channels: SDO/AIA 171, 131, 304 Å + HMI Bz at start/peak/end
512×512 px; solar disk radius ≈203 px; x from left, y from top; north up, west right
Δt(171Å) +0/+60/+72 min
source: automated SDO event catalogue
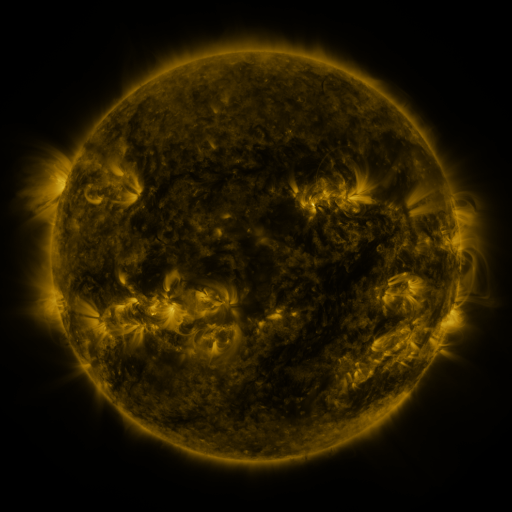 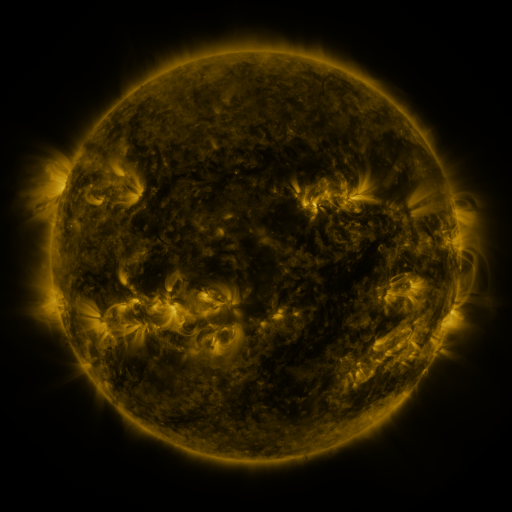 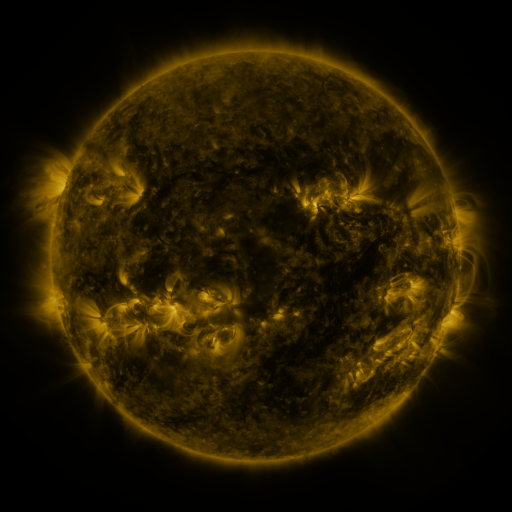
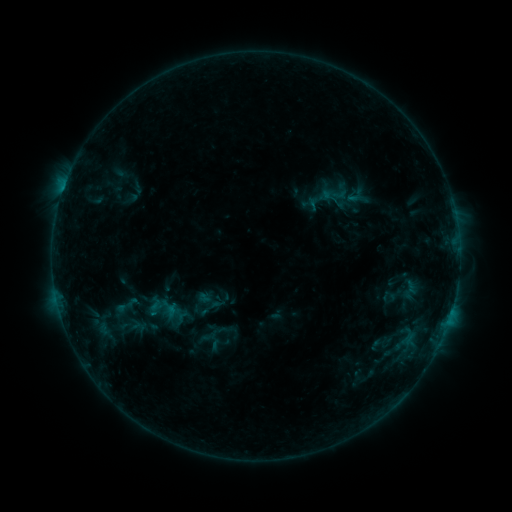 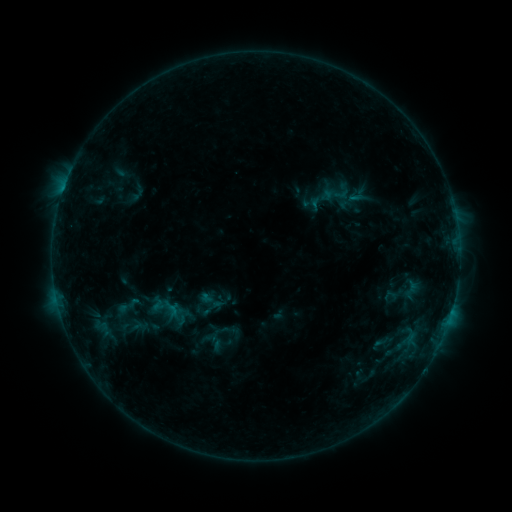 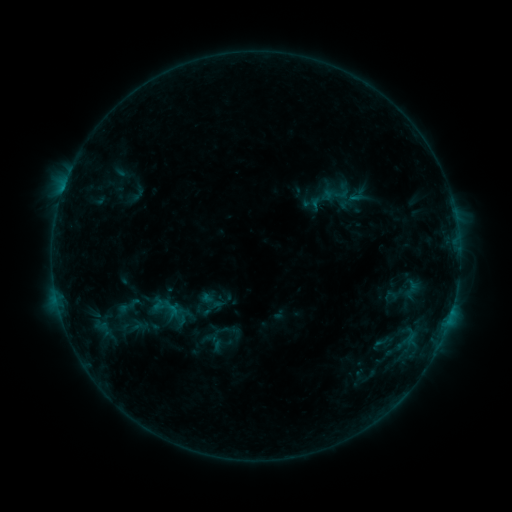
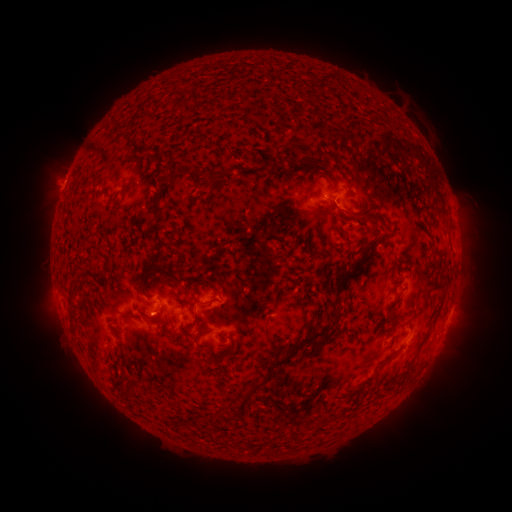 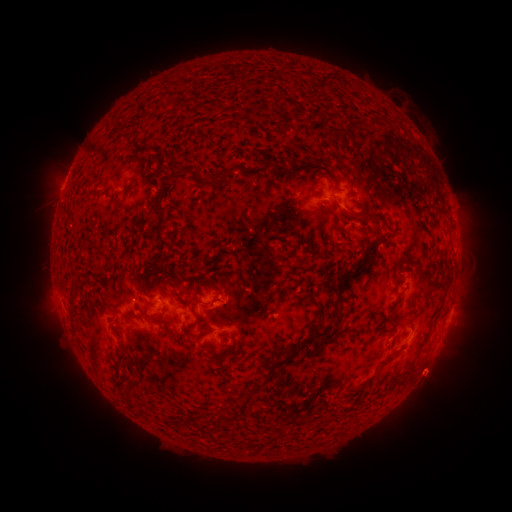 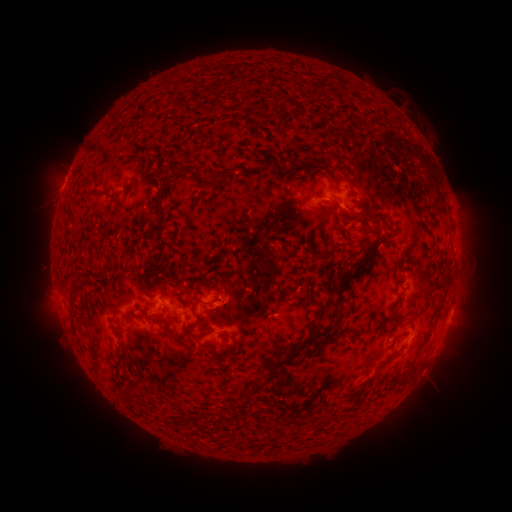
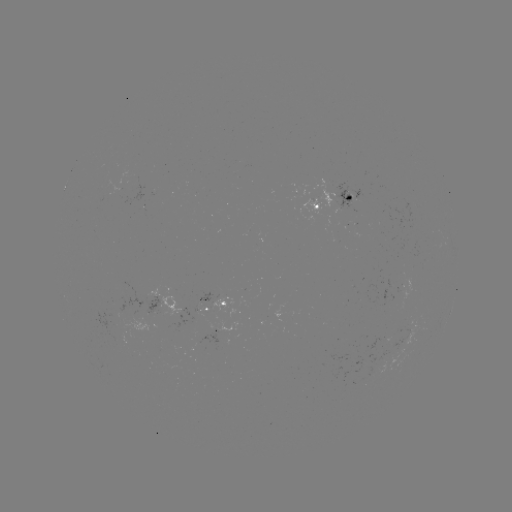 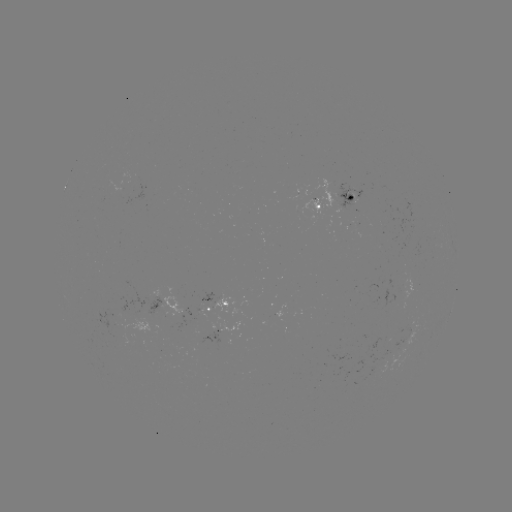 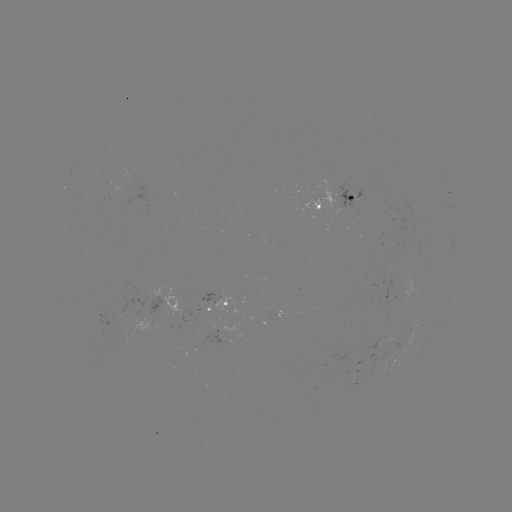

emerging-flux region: <bbox>398, 320, 413, 342</bbox>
